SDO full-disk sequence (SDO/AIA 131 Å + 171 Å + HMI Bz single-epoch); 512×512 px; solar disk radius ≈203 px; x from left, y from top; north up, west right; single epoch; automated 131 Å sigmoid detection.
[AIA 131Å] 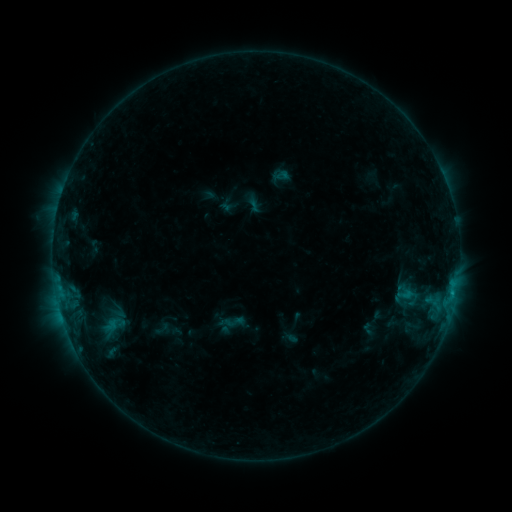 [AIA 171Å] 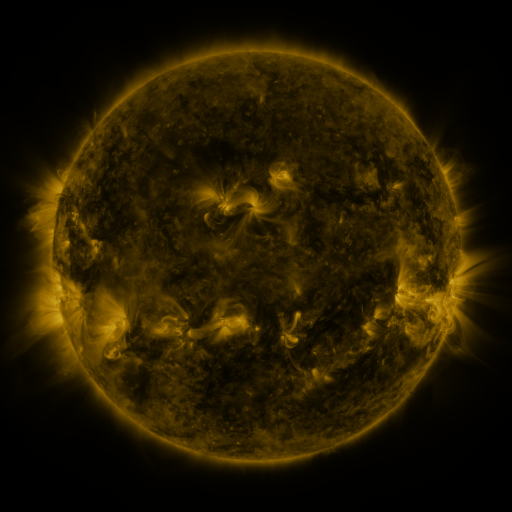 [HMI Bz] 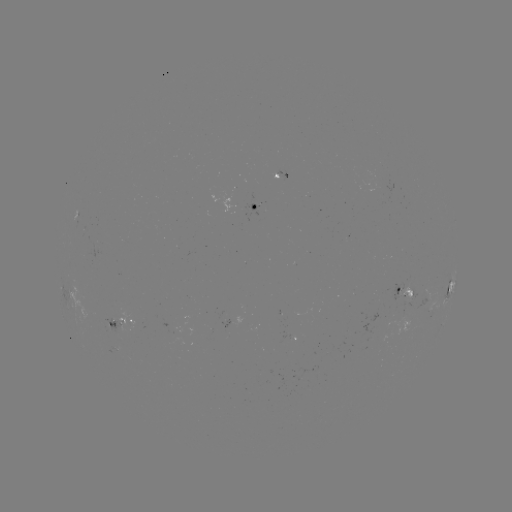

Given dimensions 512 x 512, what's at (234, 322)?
sigmoid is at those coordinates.